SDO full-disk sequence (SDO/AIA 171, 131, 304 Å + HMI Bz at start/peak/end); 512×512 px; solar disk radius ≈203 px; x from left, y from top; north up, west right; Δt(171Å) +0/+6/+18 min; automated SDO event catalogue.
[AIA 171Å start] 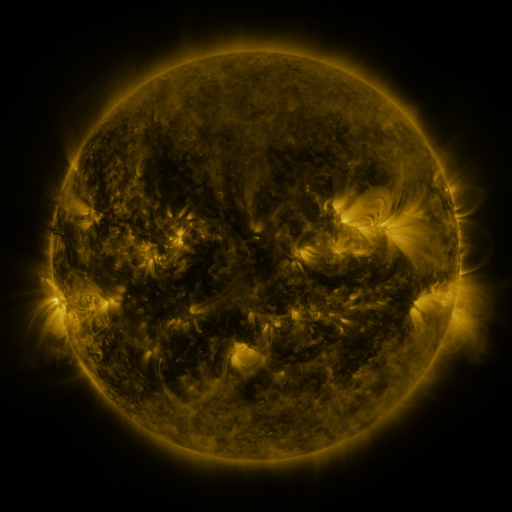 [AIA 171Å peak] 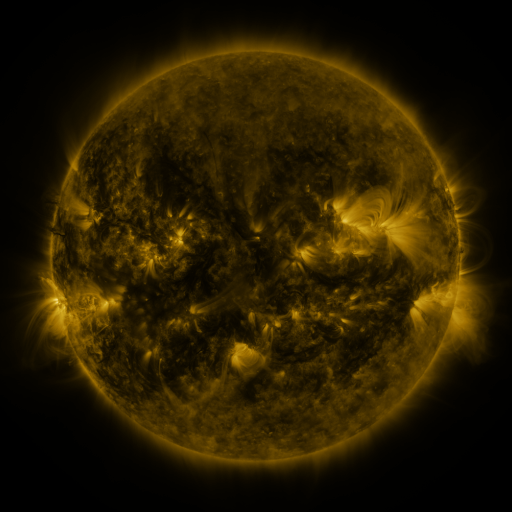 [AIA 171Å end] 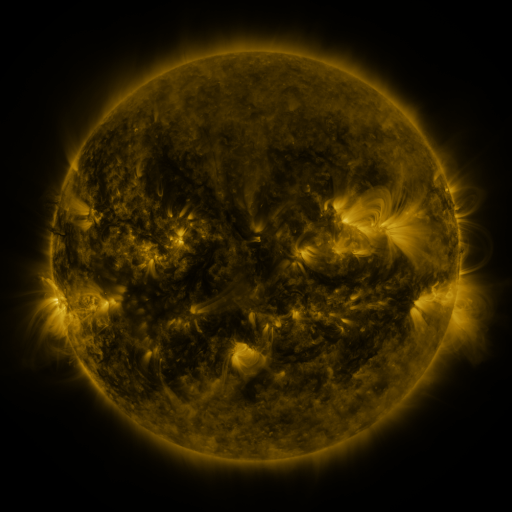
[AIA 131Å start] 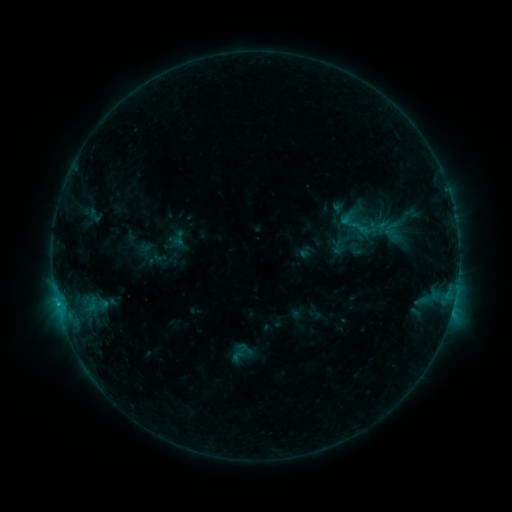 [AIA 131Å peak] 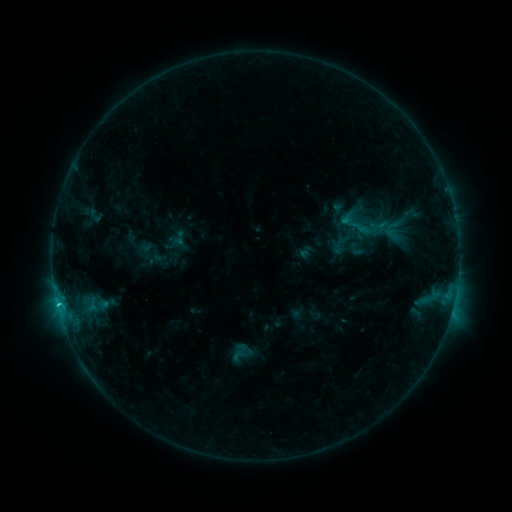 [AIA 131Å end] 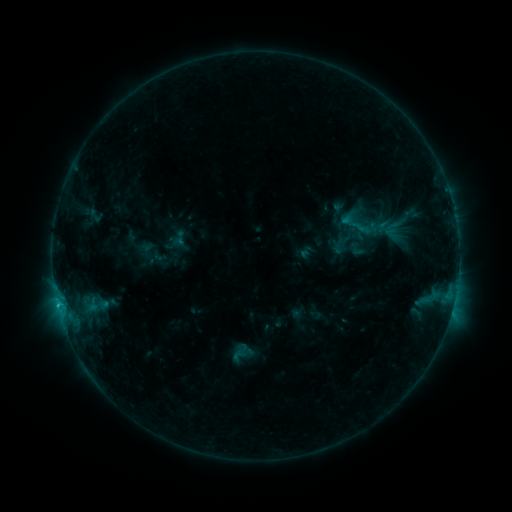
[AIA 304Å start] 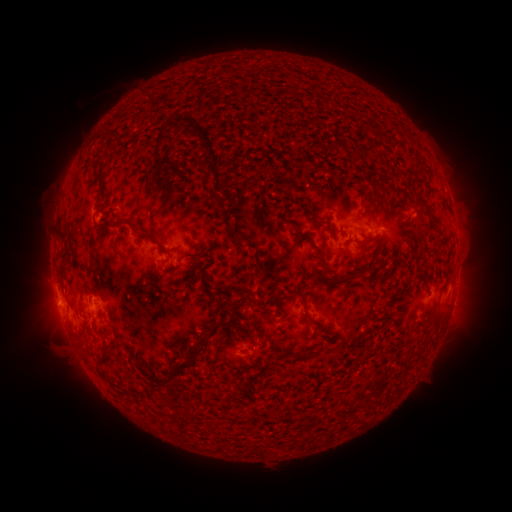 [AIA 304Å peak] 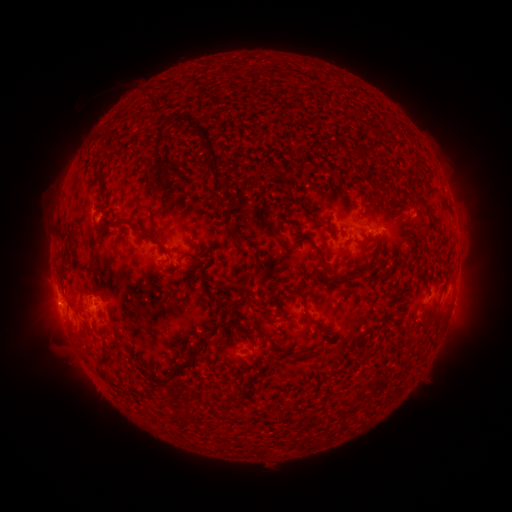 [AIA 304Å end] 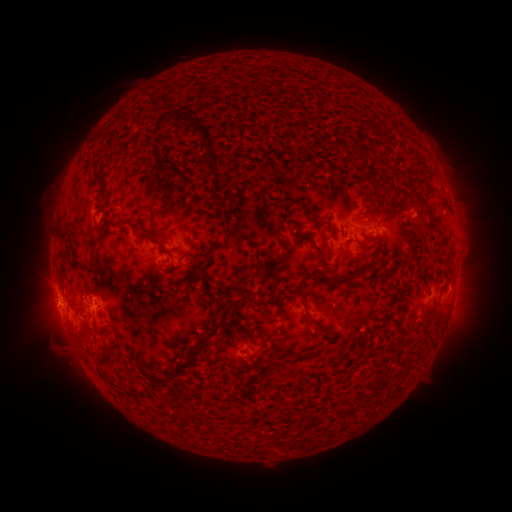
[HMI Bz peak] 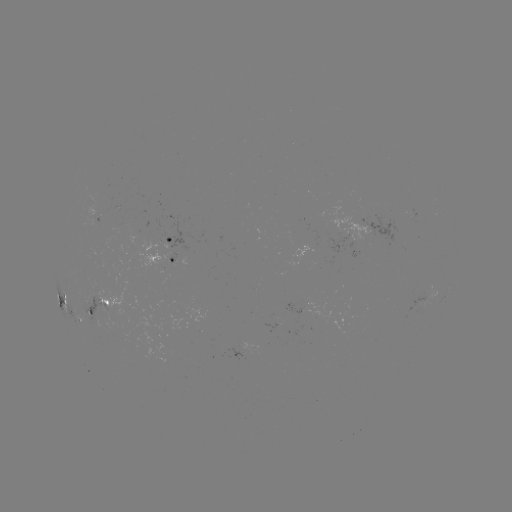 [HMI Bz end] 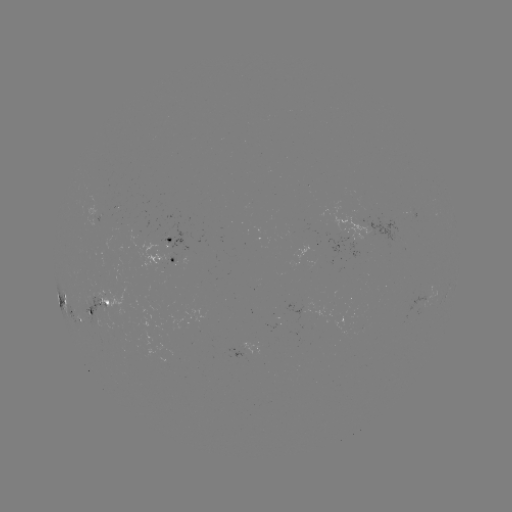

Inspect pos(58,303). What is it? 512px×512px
C1.2 flare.